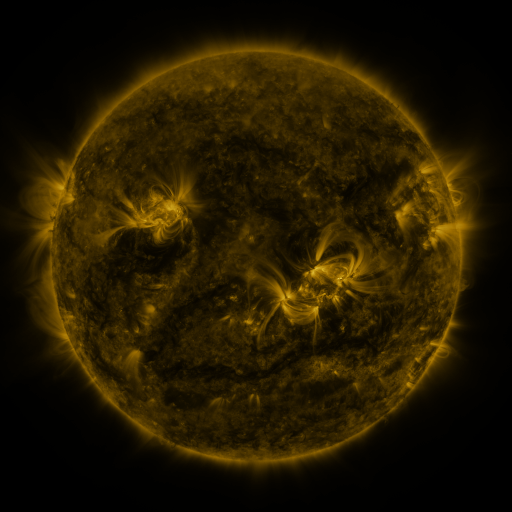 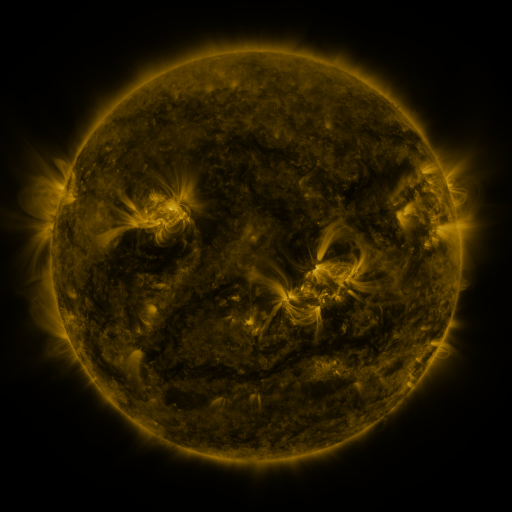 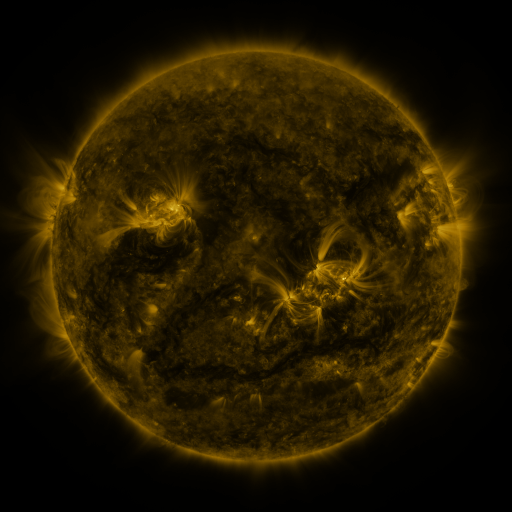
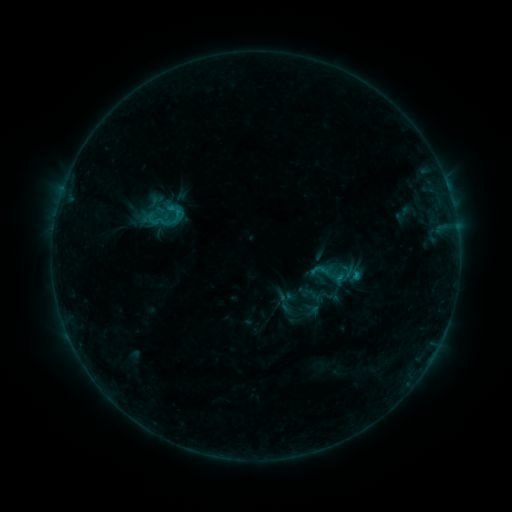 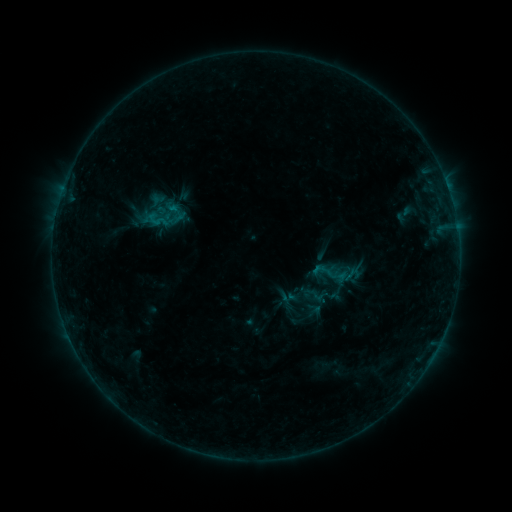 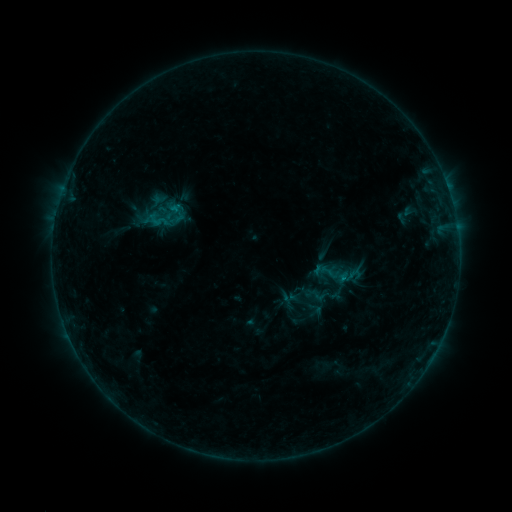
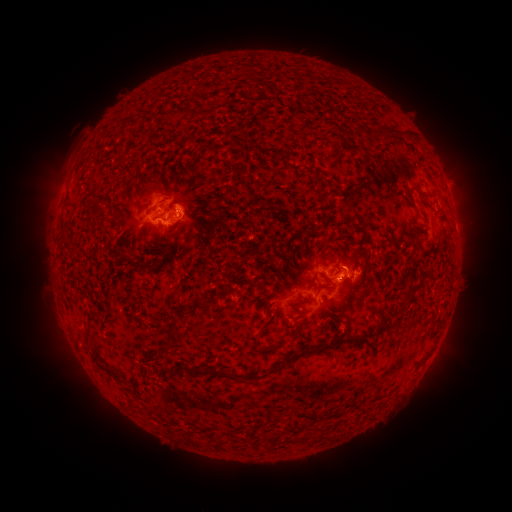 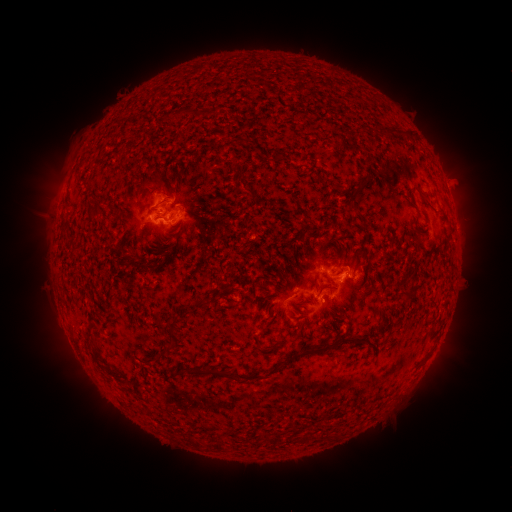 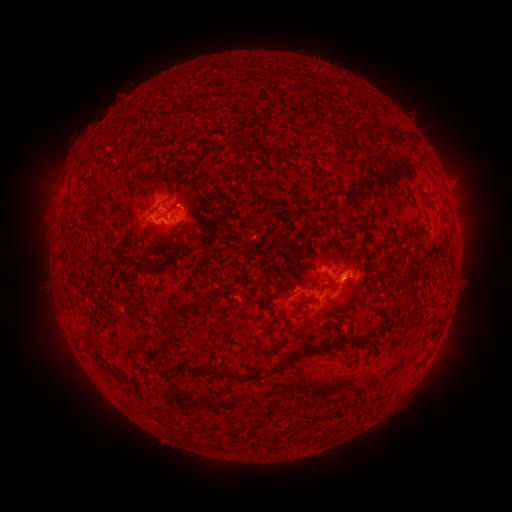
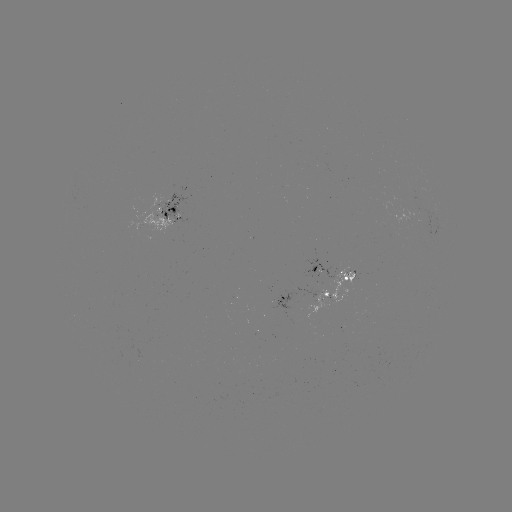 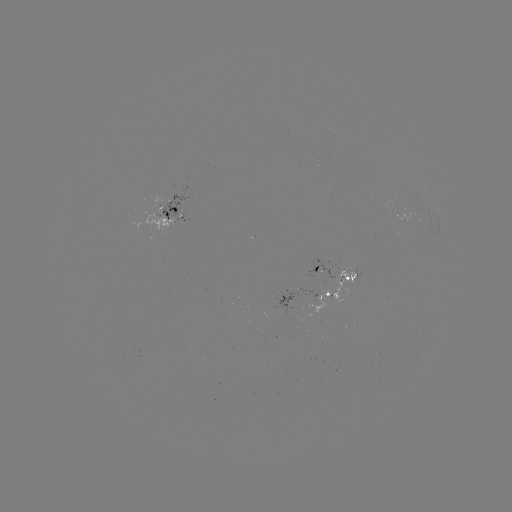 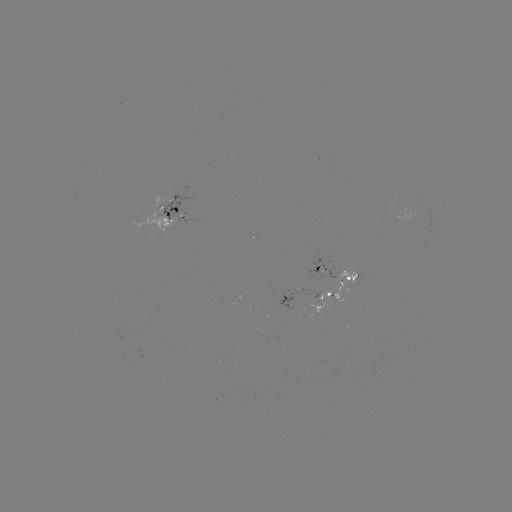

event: emerging-flux region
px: (320, 271)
